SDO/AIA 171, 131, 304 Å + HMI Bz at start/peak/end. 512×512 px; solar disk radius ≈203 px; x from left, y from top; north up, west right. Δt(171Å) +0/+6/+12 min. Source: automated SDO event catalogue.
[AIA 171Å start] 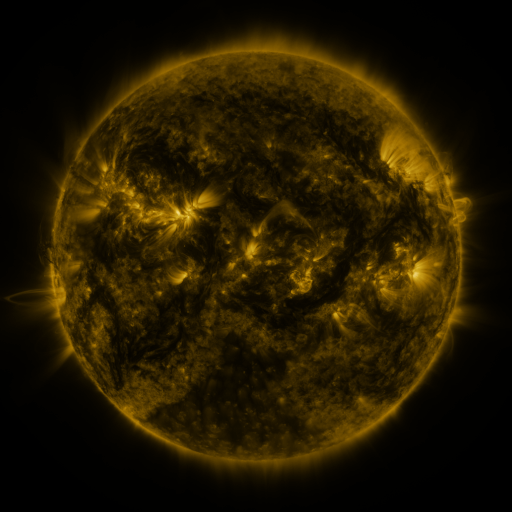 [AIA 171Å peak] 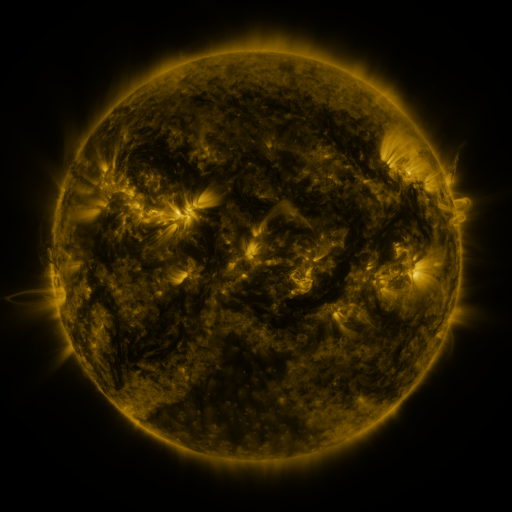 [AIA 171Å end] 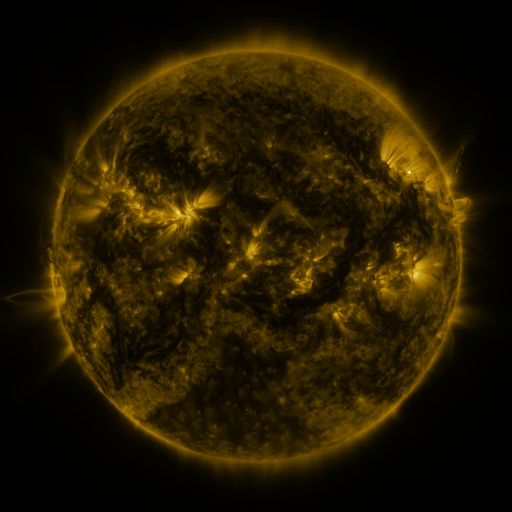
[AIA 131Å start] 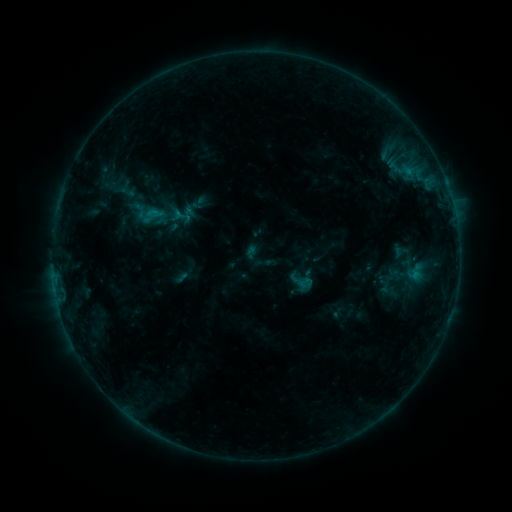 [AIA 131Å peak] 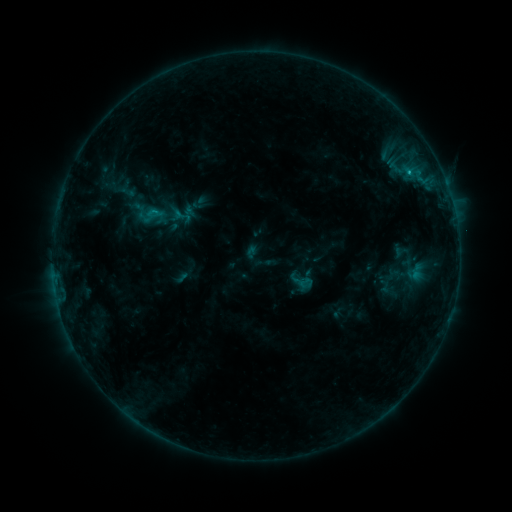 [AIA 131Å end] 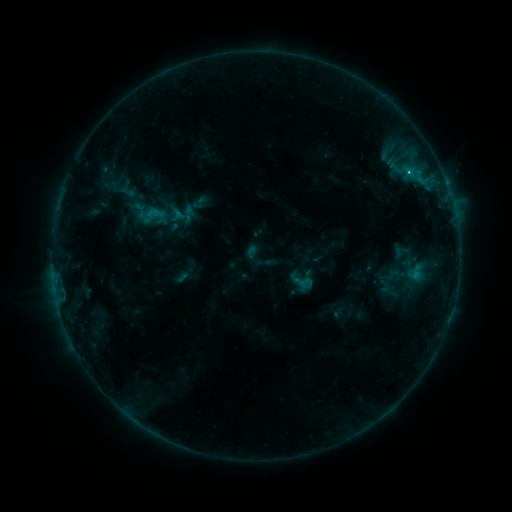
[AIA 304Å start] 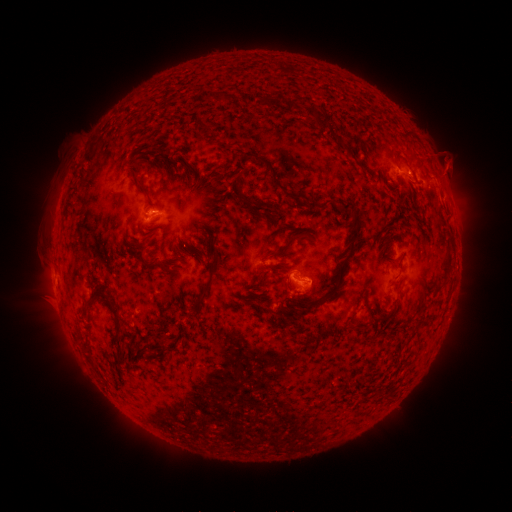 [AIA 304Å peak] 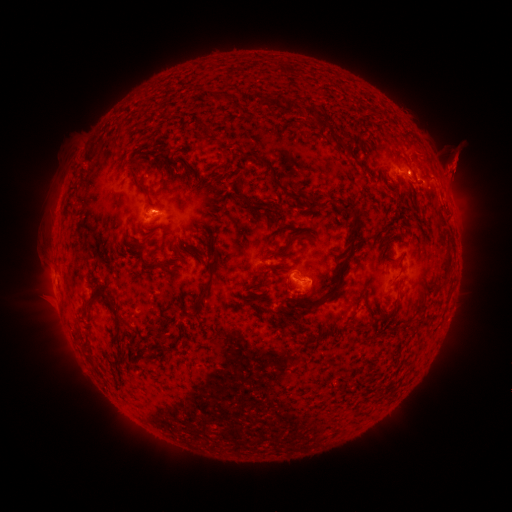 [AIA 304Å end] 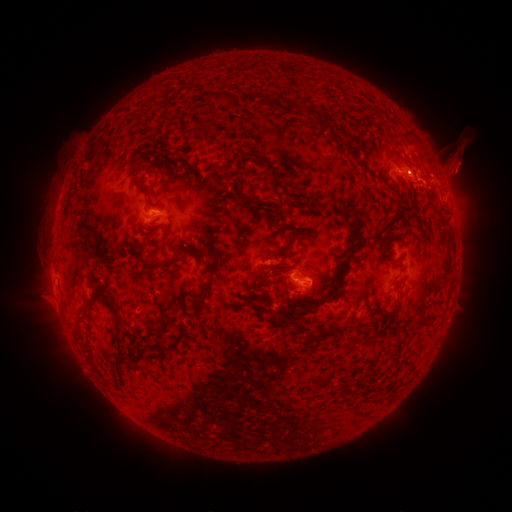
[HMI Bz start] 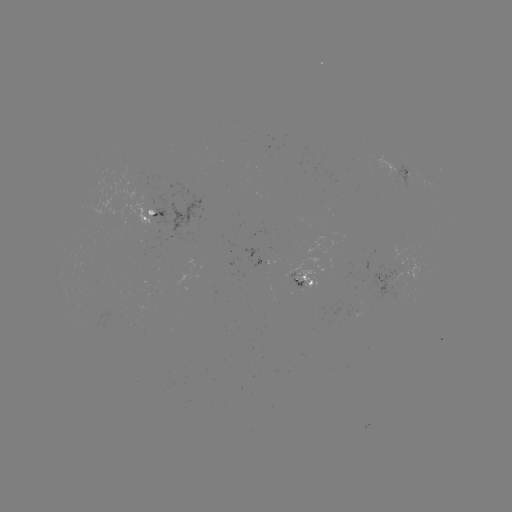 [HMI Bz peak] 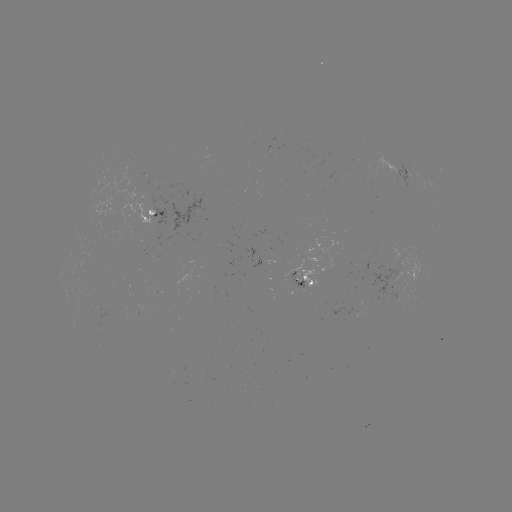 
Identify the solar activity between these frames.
C1.0 flare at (406, 172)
